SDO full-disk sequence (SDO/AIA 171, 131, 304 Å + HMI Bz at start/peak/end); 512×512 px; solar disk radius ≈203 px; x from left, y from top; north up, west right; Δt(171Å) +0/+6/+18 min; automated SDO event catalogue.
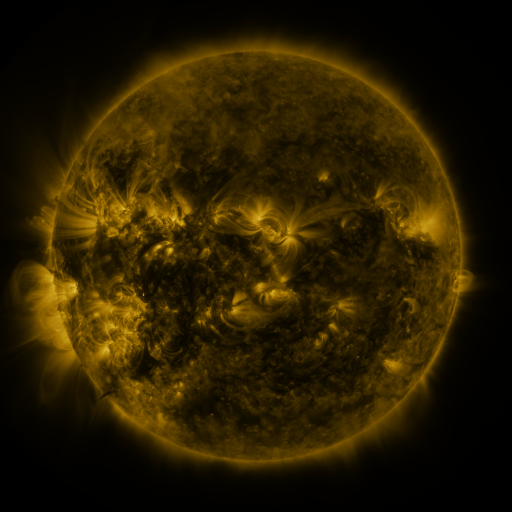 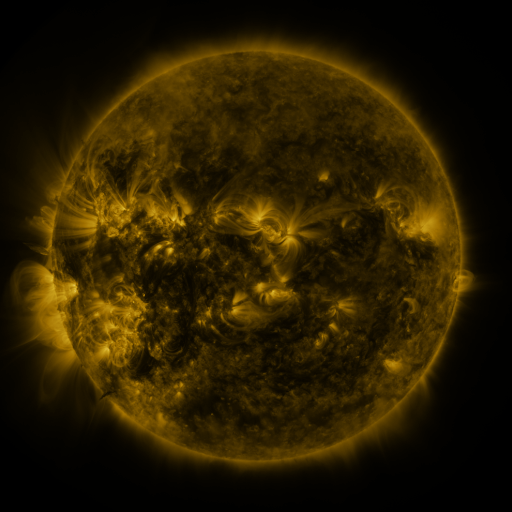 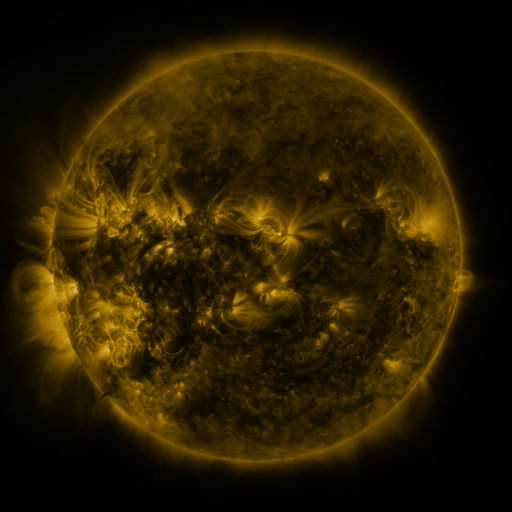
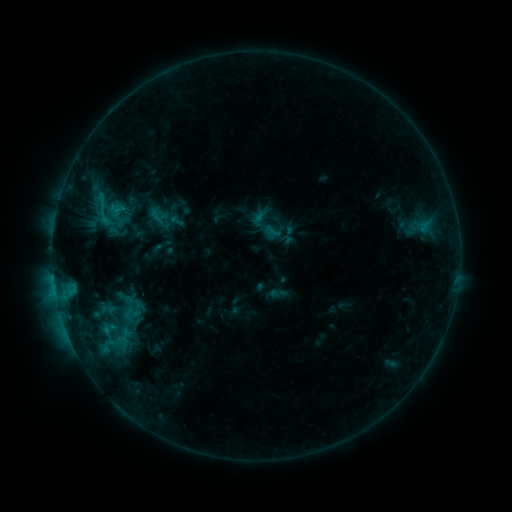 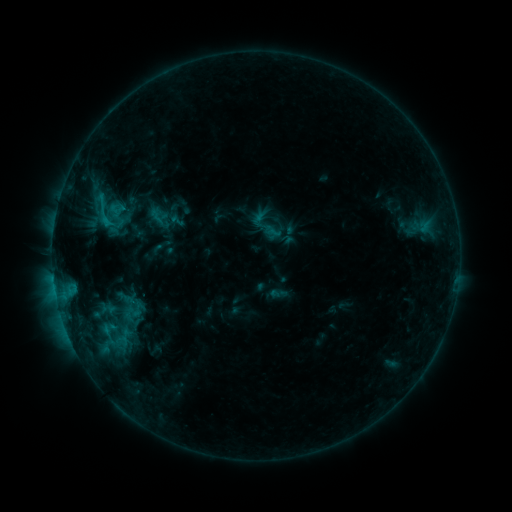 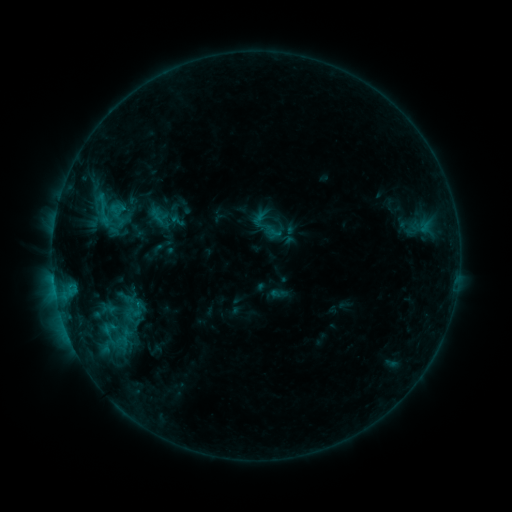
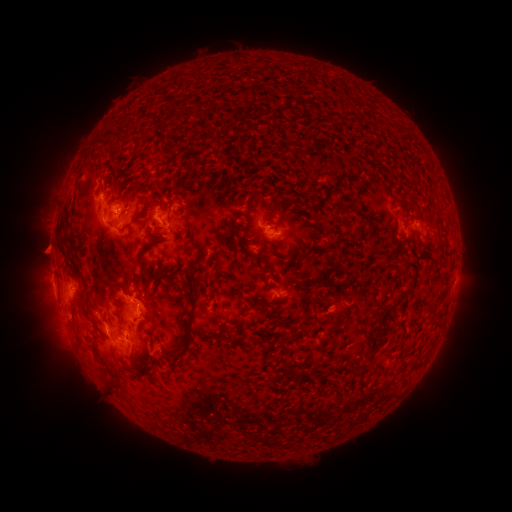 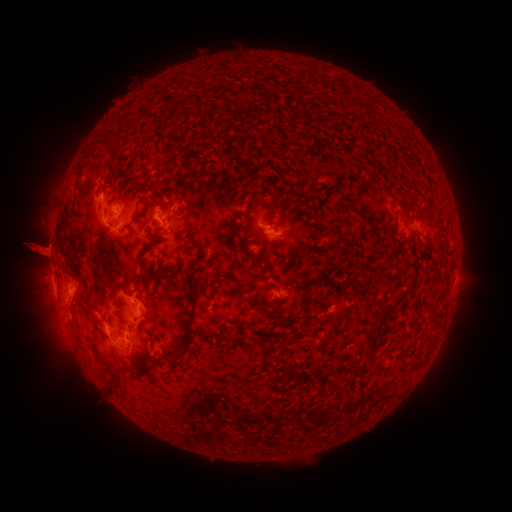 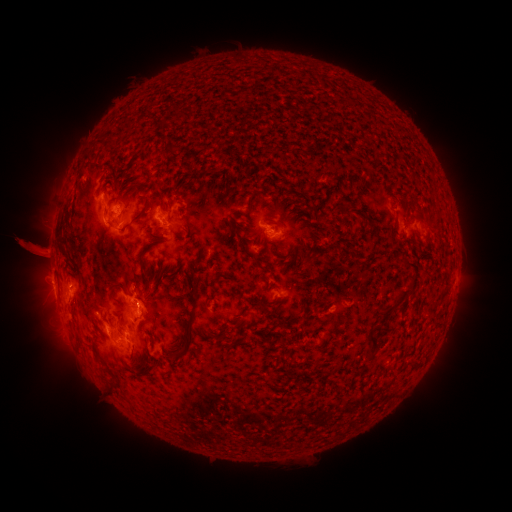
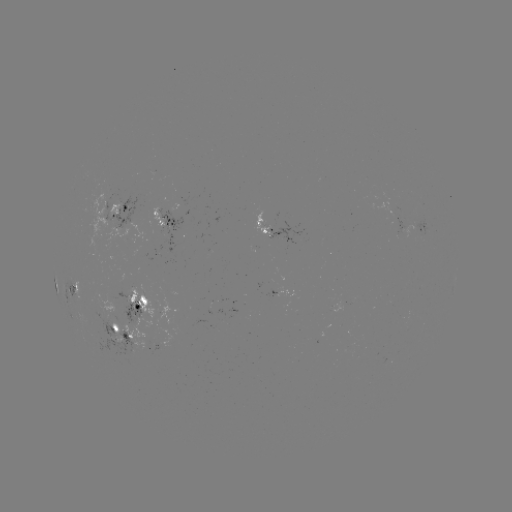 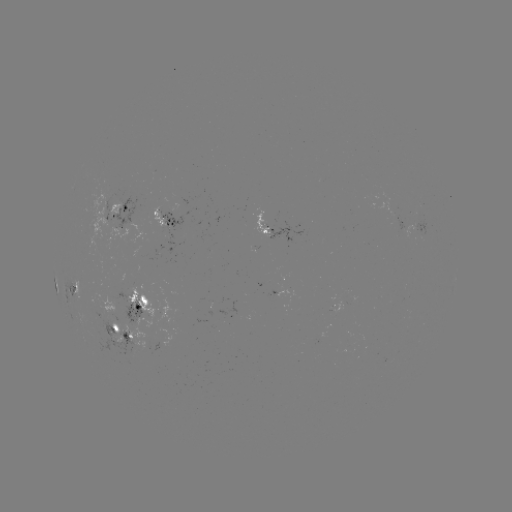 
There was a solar eruption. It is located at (38, 251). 